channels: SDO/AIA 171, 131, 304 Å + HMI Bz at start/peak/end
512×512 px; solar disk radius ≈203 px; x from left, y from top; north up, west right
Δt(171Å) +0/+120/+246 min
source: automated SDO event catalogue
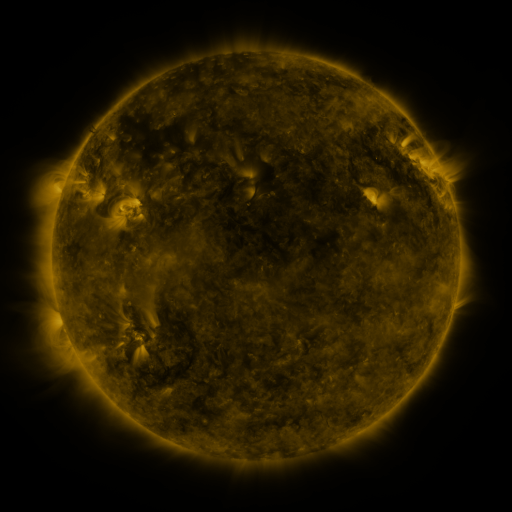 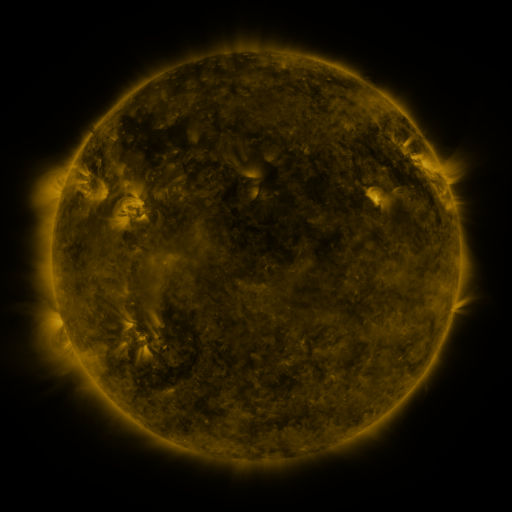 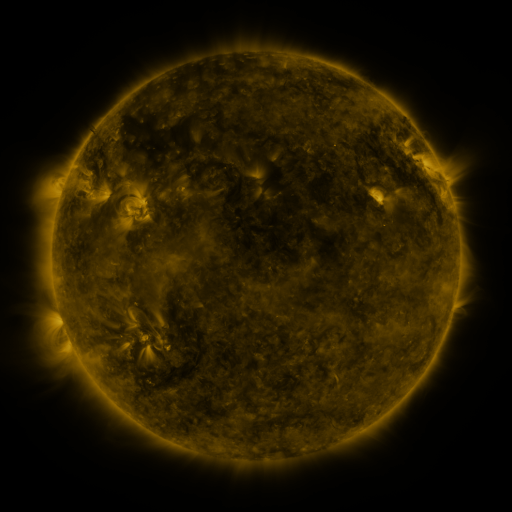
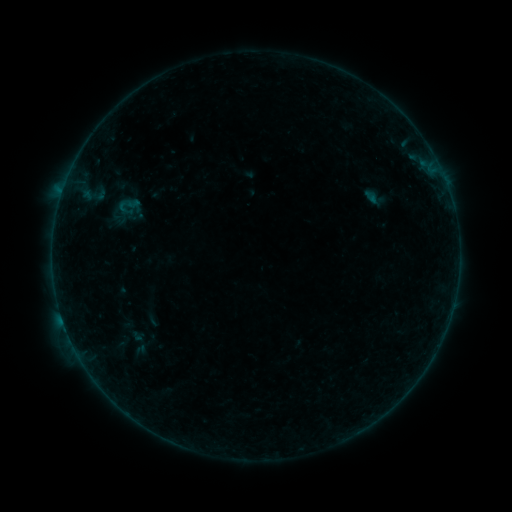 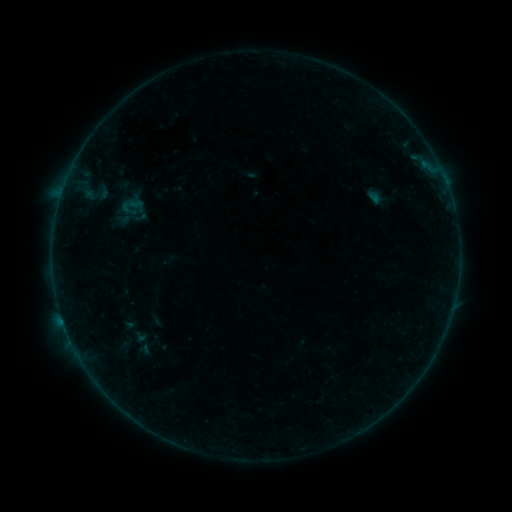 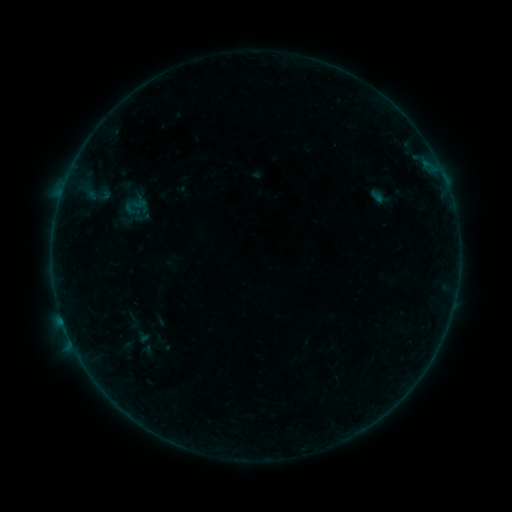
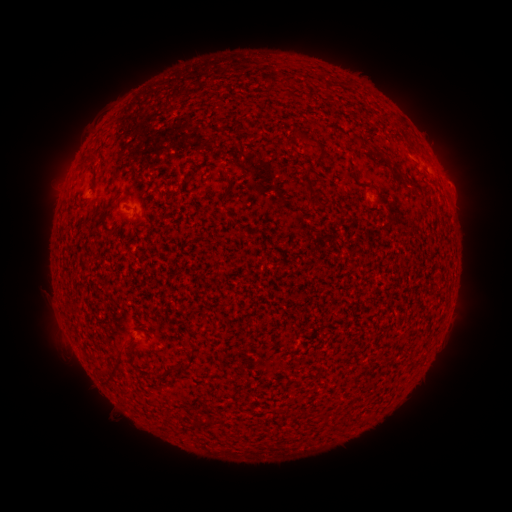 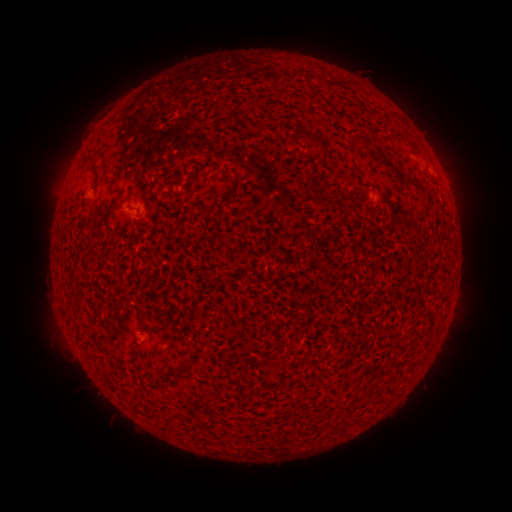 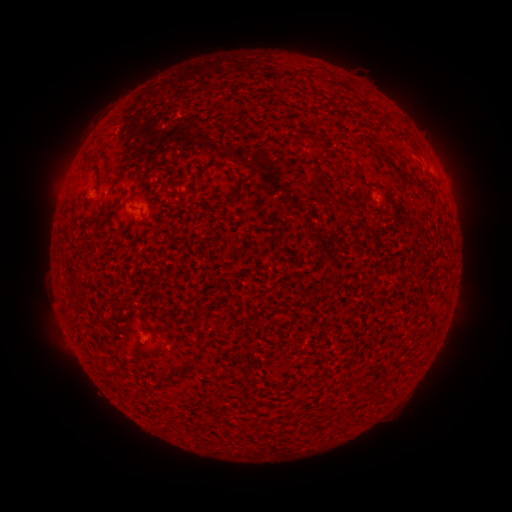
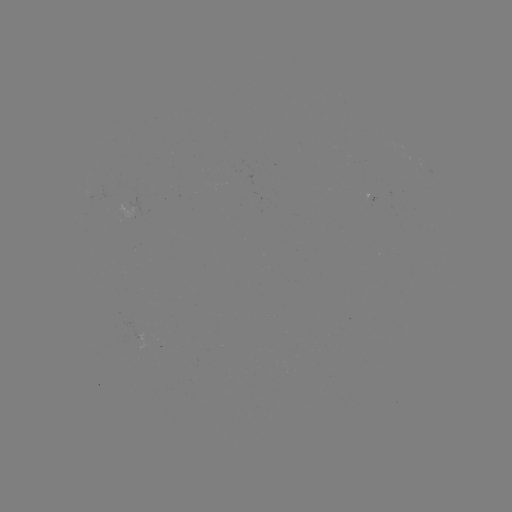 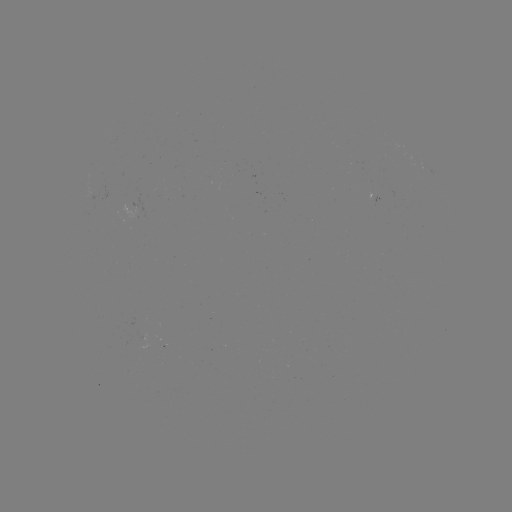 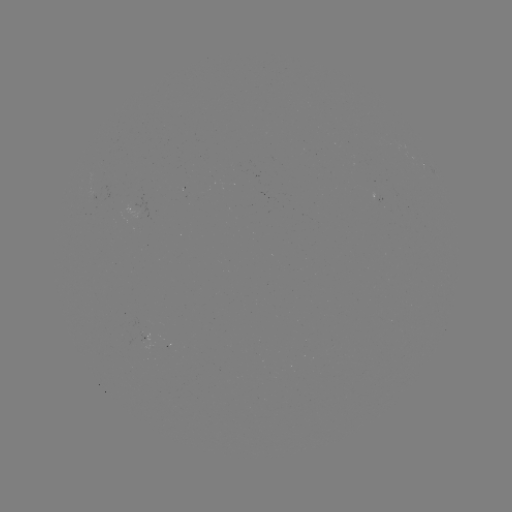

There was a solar filament eruption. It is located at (413, 150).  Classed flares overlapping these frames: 1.